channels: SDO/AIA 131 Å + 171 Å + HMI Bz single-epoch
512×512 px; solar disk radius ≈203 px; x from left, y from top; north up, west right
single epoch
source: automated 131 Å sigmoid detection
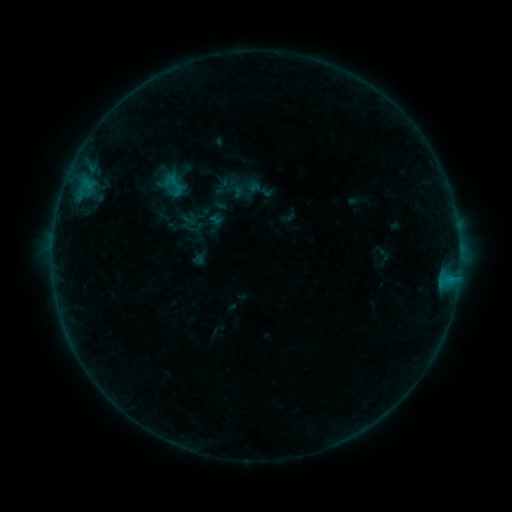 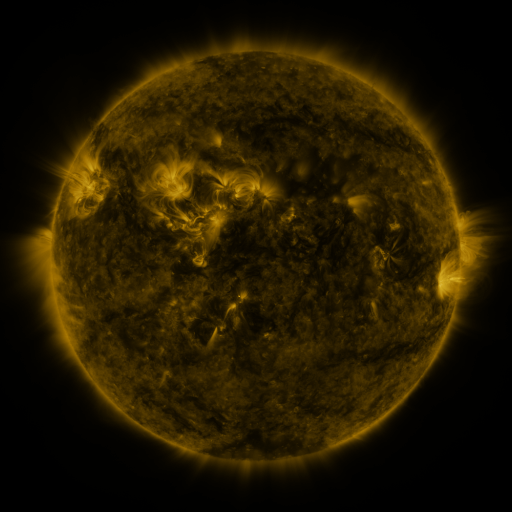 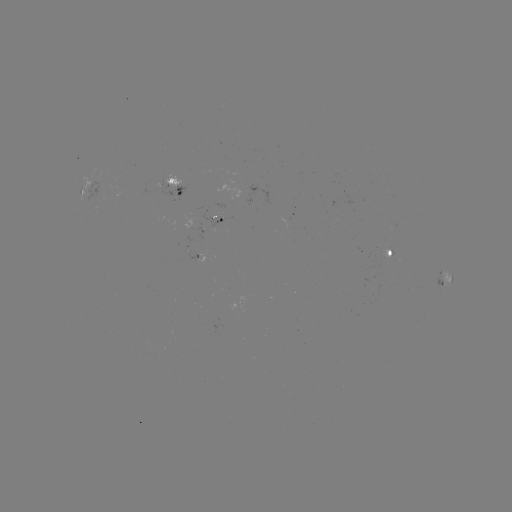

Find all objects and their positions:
sigmoid: <bbox>164, 174, 187, 197</bbox>
